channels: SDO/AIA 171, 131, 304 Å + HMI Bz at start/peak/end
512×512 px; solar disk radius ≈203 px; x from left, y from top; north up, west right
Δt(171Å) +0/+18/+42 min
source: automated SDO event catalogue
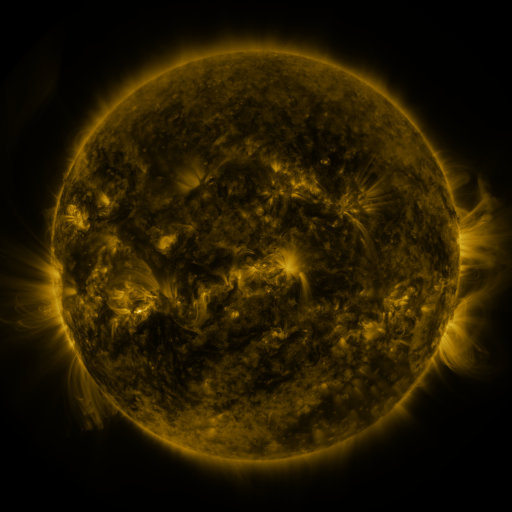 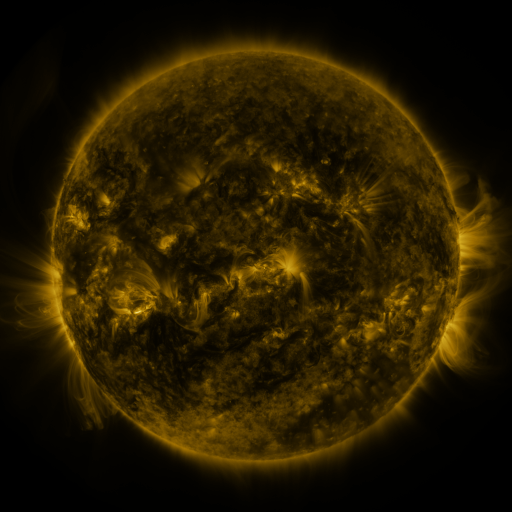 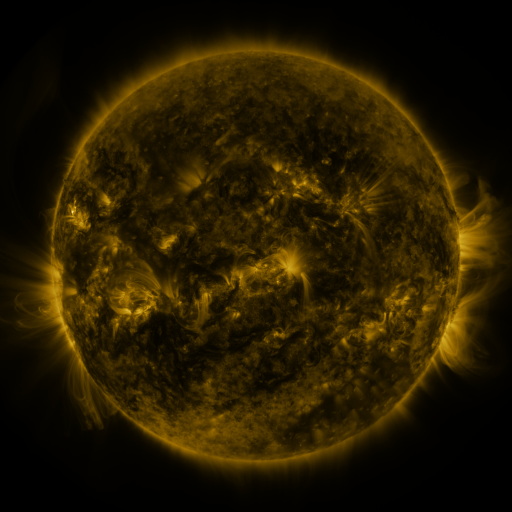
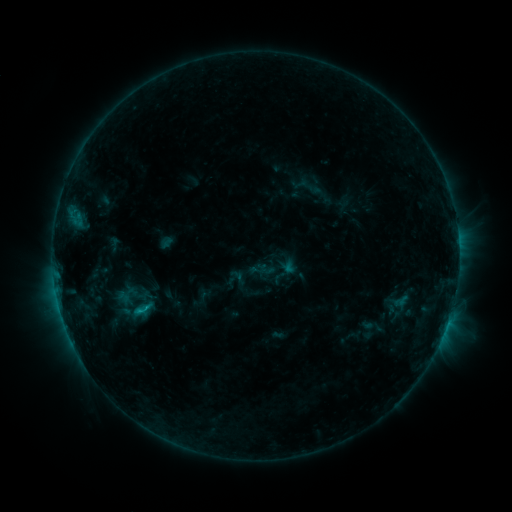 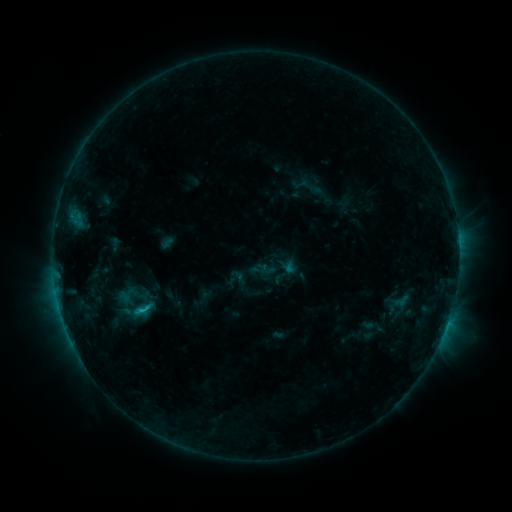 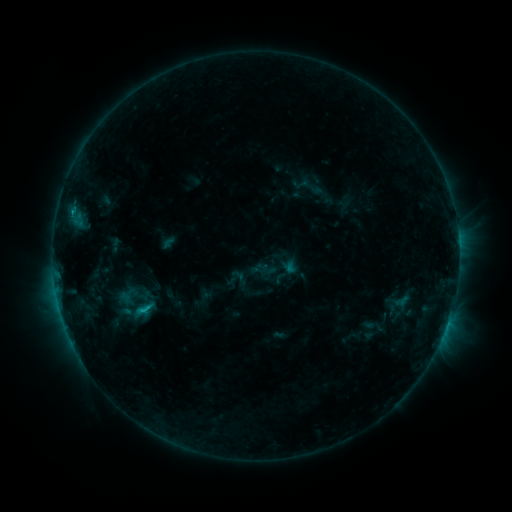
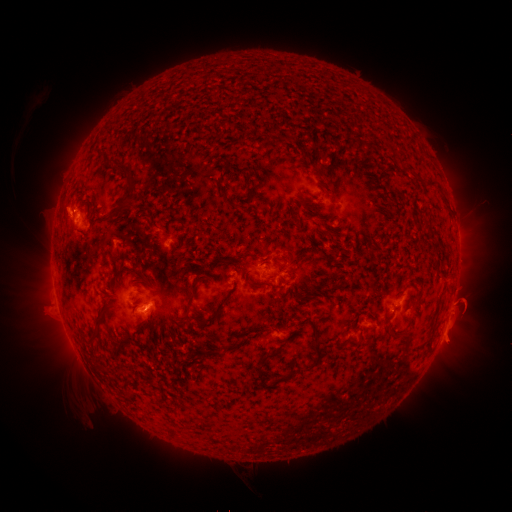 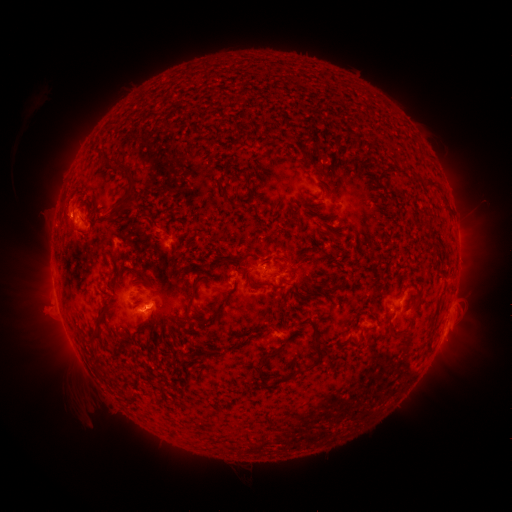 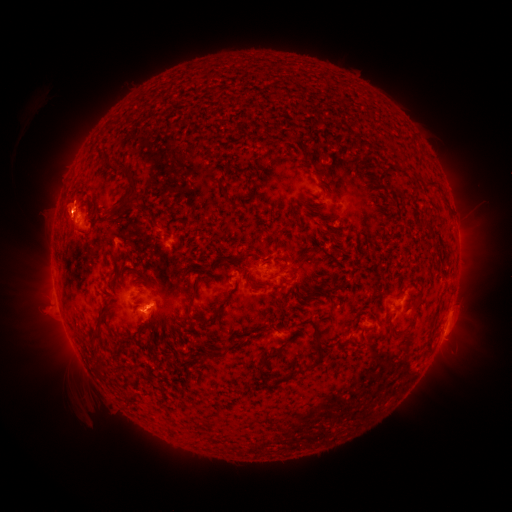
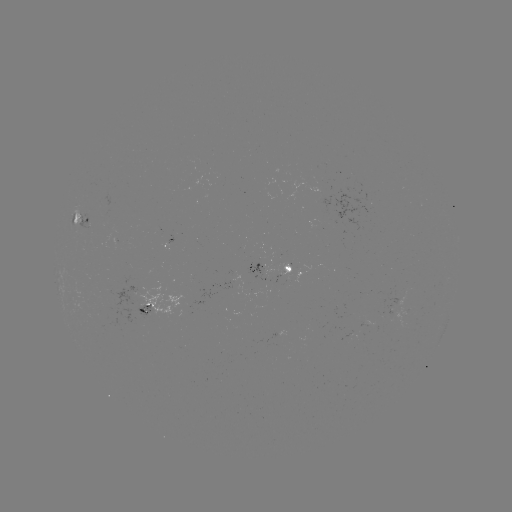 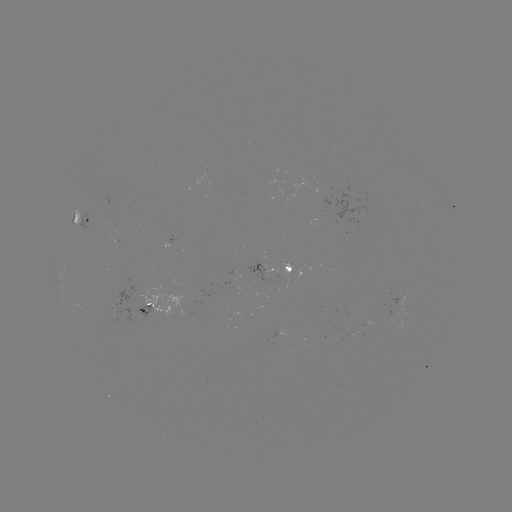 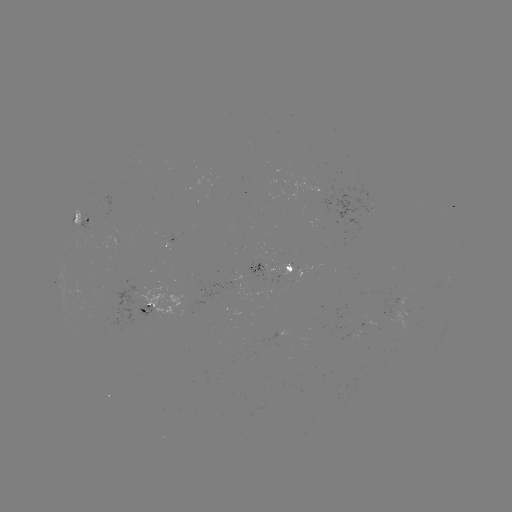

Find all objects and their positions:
C1.4 flare: (143, 308)
